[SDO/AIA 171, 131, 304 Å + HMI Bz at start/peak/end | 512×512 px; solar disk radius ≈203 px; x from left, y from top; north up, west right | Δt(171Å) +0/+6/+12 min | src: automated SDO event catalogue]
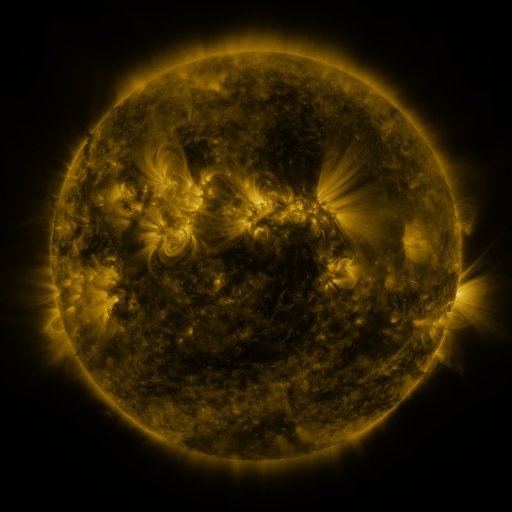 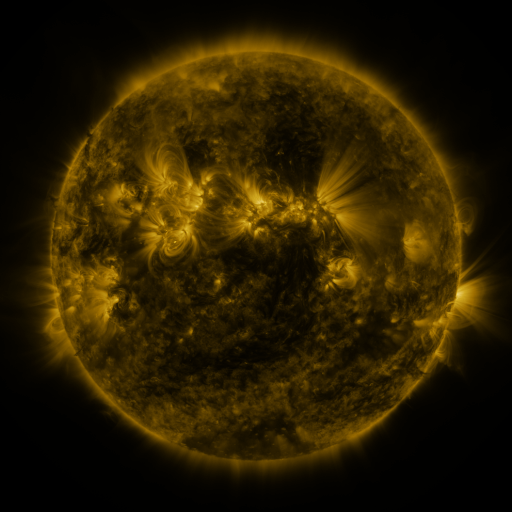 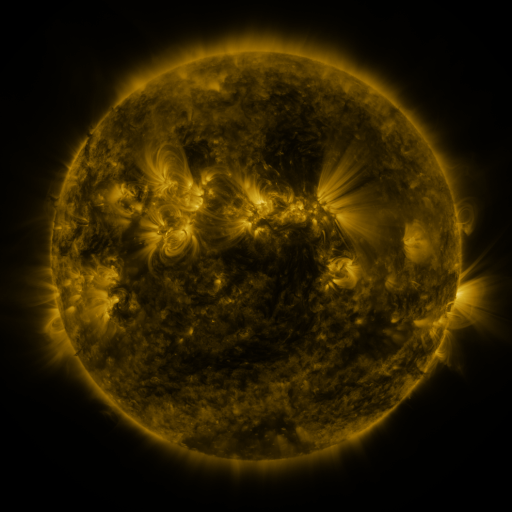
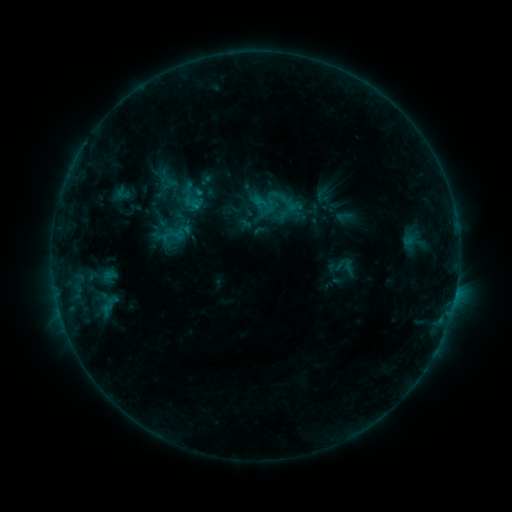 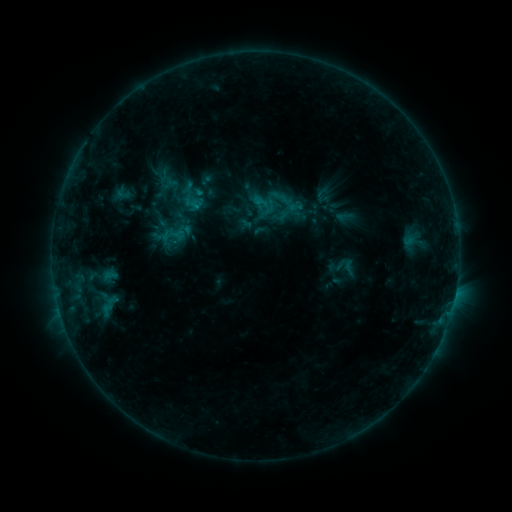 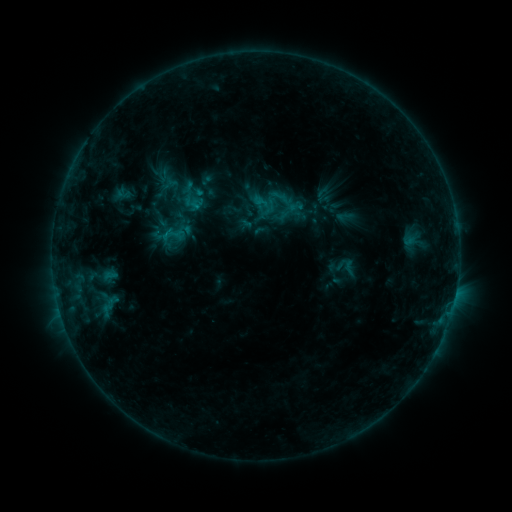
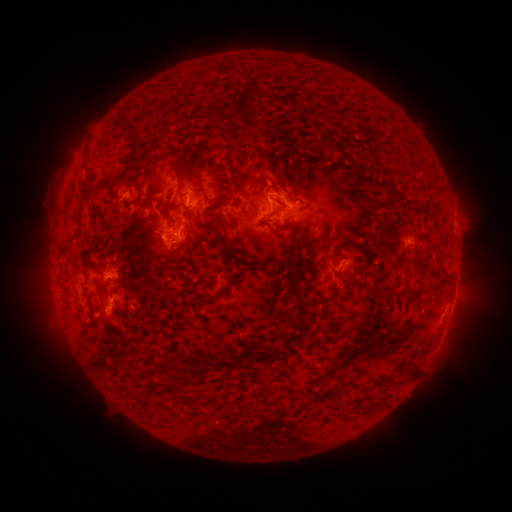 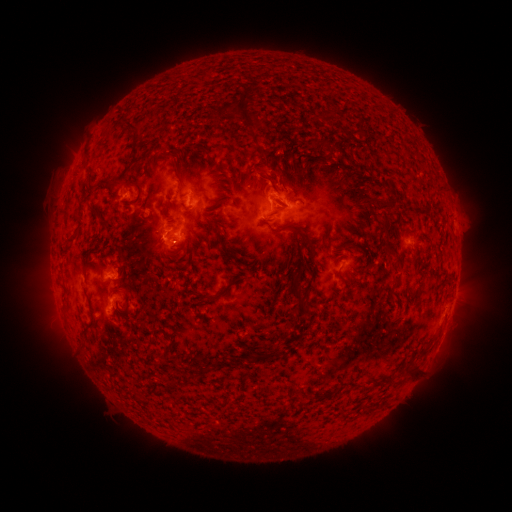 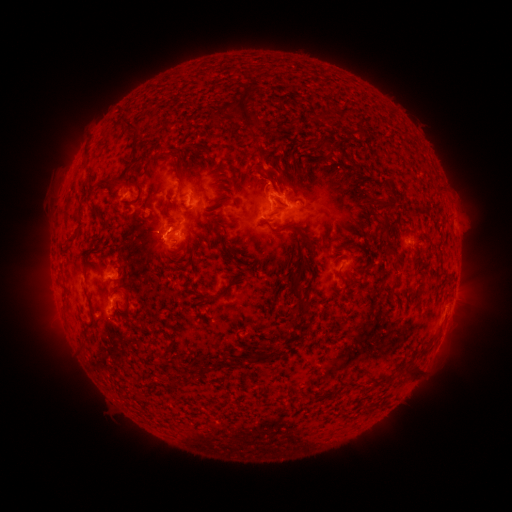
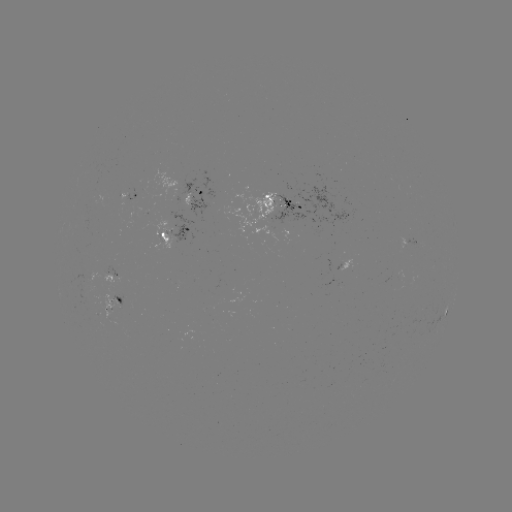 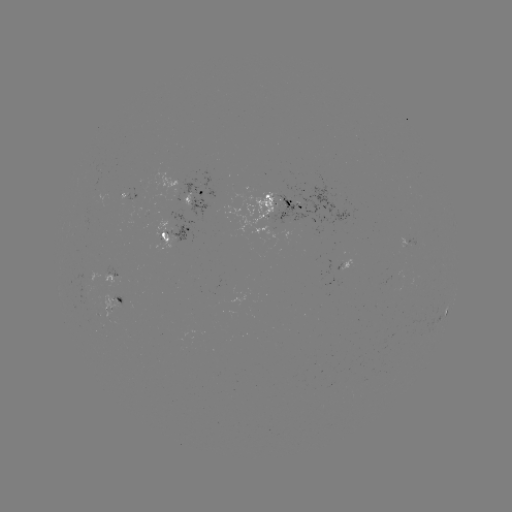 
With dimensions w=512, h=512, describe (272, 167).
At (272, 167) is eruption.